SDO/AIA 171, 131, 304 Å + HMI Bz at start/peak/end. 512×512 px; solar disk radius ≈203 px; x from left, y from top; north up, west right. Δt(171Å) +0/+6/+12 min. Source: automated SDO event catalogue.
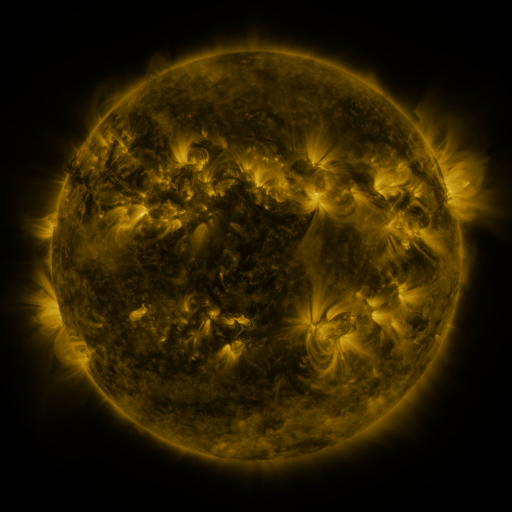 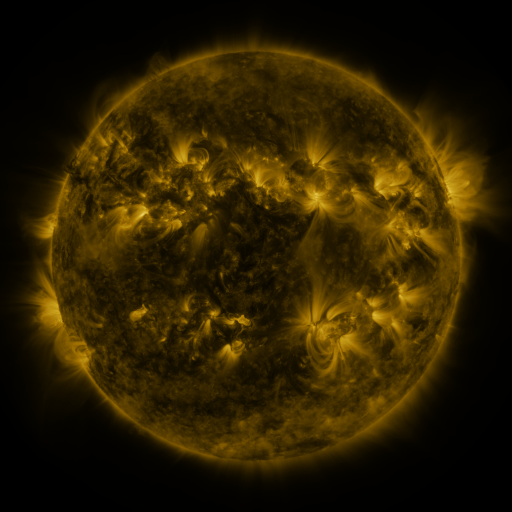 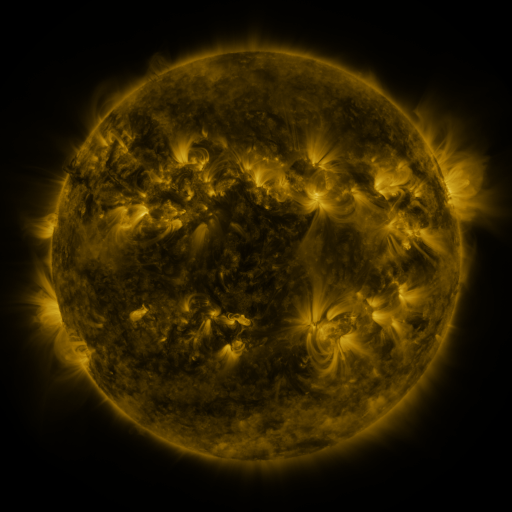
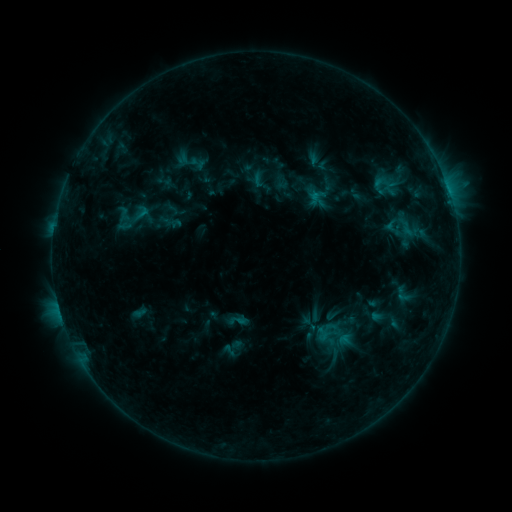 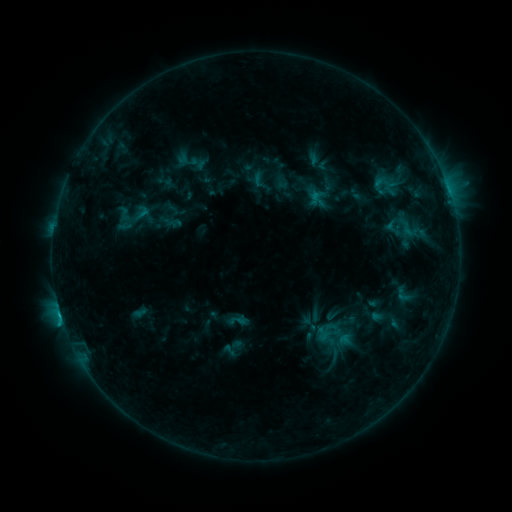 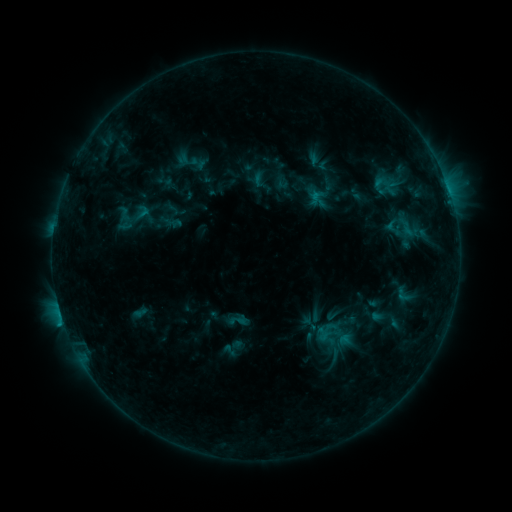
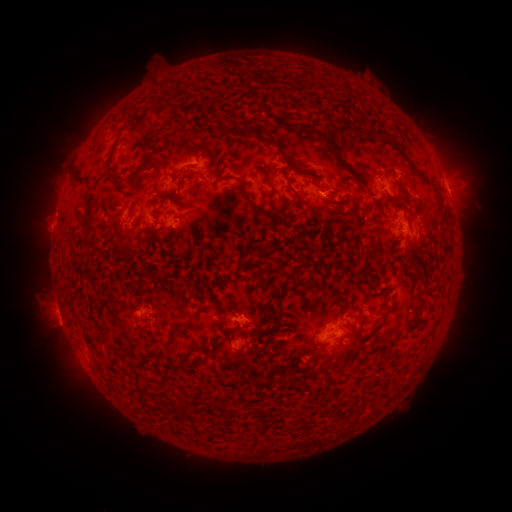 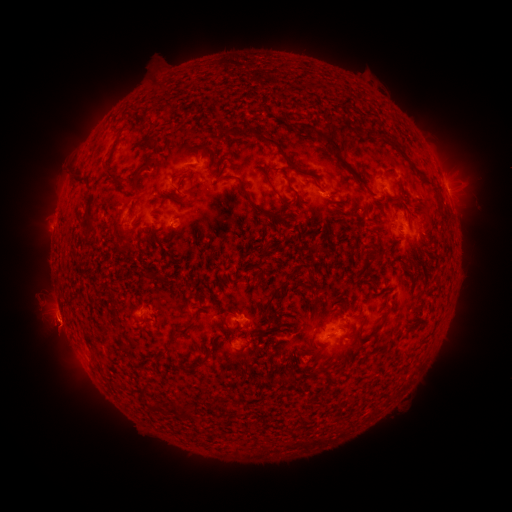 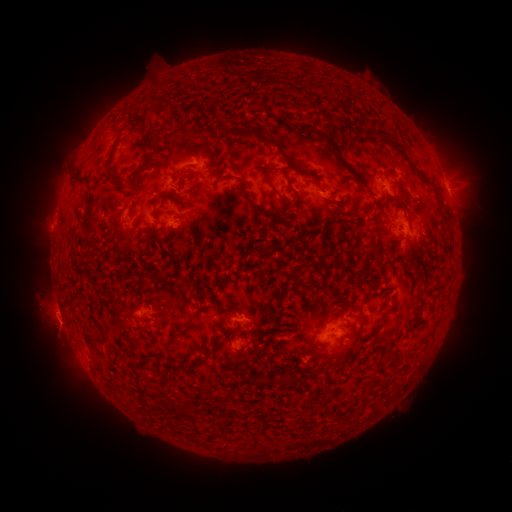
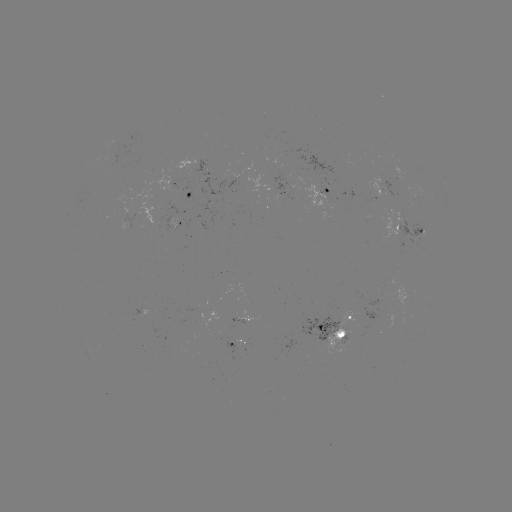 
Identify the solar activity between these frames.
B8.8 flare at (60, 312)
